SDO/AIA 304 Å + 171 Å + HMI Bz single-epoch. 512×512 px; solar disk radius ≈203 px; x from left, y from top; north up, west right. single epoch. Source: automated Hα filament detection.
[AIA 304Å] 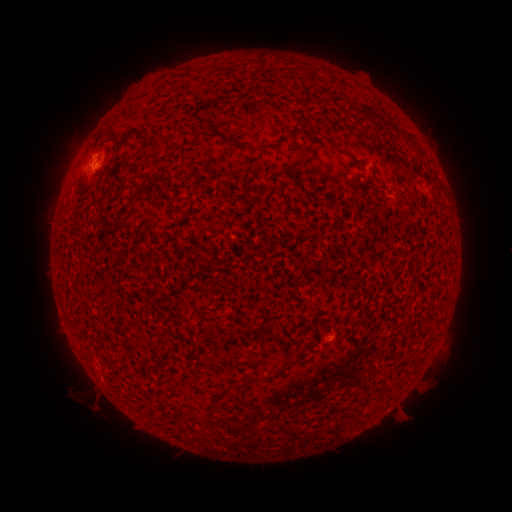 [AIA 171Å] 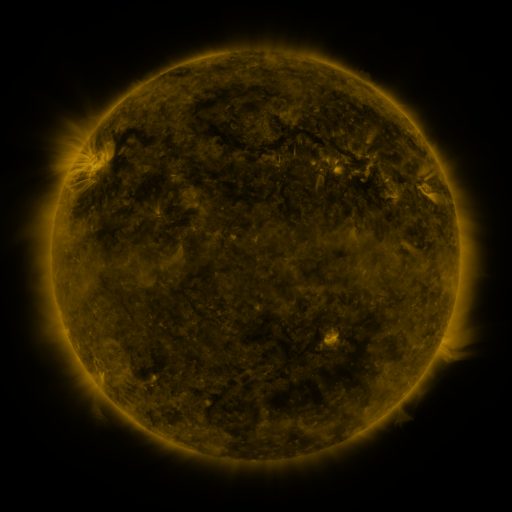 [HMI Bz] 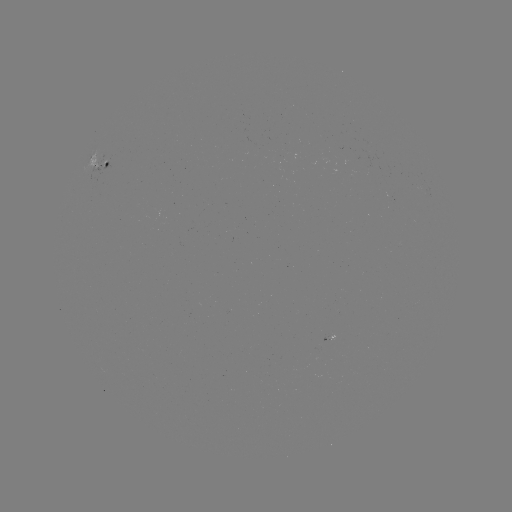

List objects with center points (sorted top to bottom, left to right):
filament: (373, 115)
filament: (324, 136)
filament: (406, 139)
filament: (238, 146)
filament: (266, 148)
filament: (206, 181)
filament: (132, 200)
filament: (120, 219)
filament: (299, 358)
filament: (198, 415)
